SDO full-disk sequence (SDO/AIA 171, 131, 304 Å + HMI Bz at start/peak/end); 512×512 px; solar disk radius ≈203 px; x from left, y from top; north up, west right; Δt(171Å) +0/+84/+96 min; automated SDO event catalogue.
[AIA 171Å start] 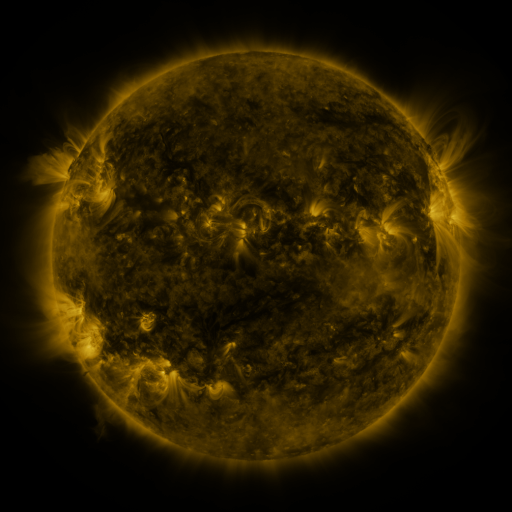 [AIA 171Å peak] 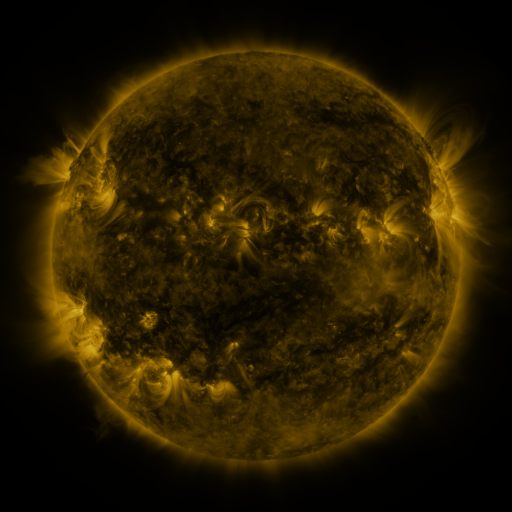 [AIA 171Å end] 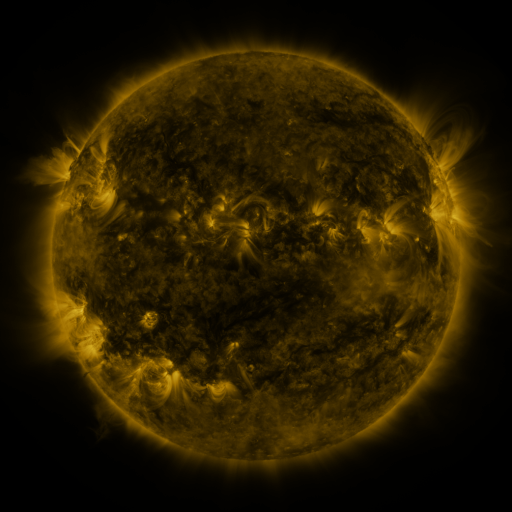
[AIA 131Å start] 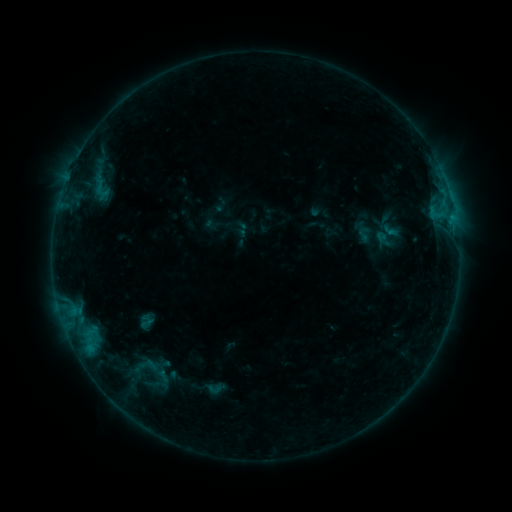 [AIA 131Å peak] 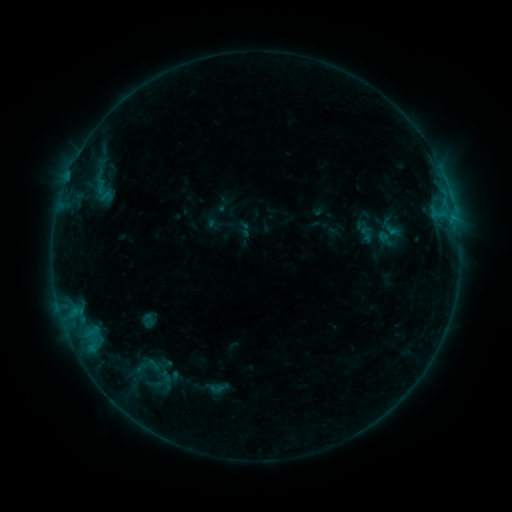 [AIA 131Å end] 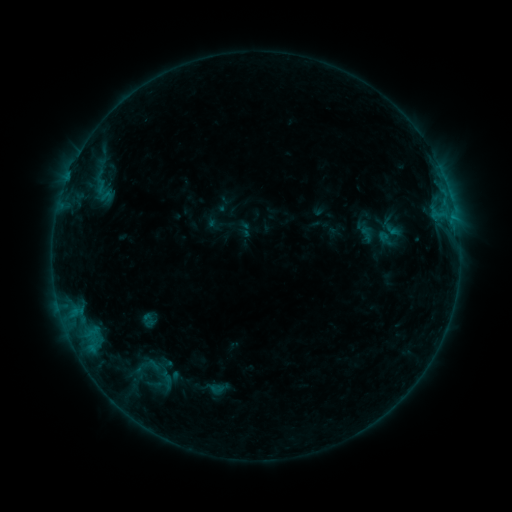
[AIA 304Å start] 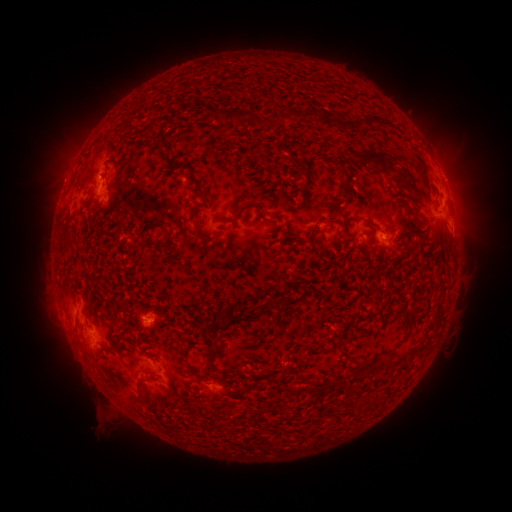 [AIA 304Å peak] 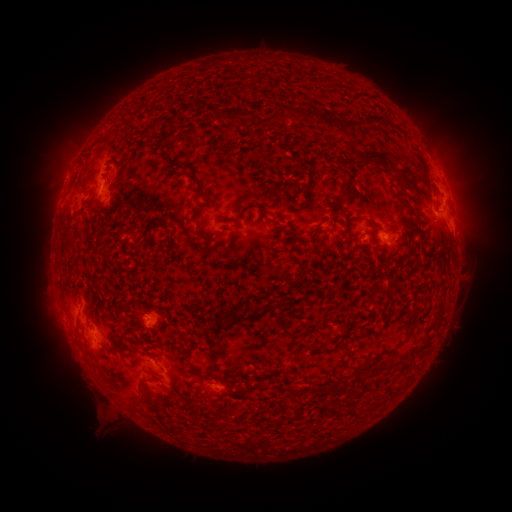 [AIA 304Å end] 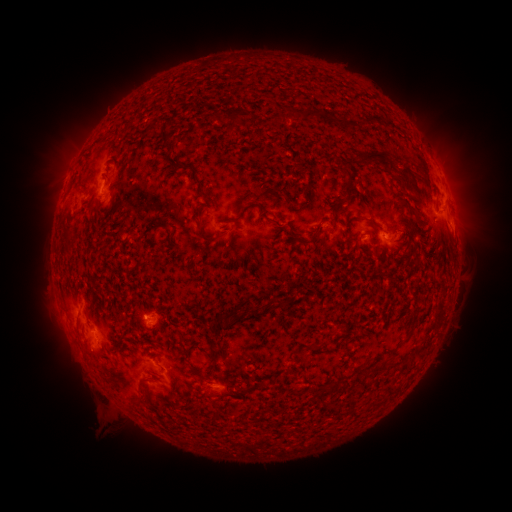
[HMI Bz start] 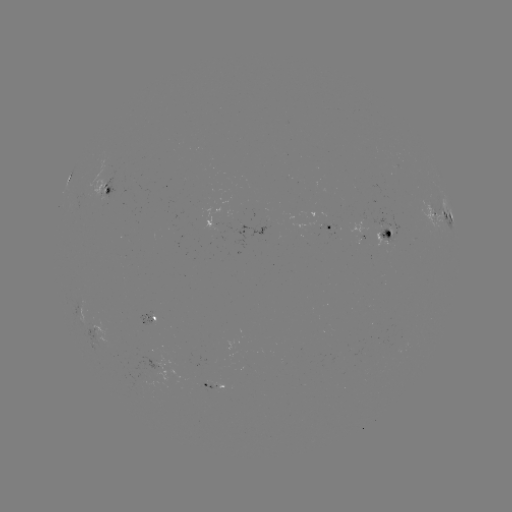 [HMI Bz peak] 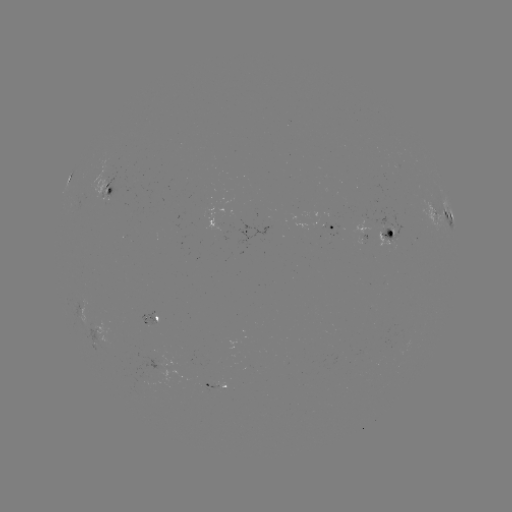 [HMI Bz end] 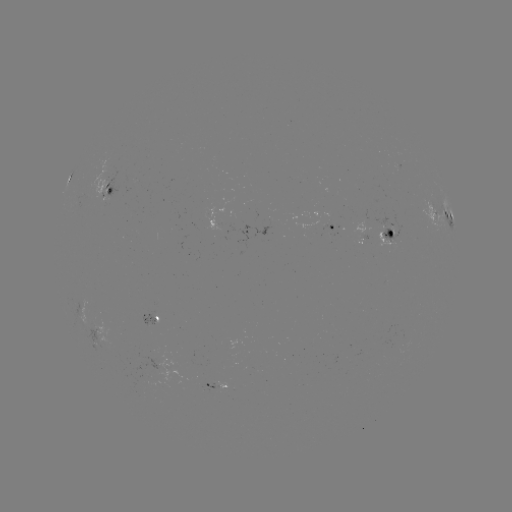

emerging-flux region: (92, 163, 107, 199)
